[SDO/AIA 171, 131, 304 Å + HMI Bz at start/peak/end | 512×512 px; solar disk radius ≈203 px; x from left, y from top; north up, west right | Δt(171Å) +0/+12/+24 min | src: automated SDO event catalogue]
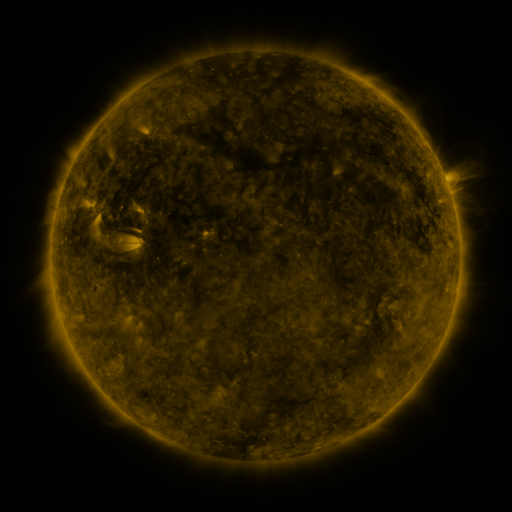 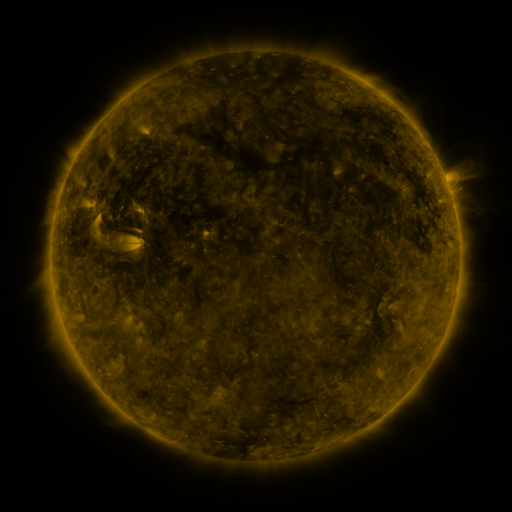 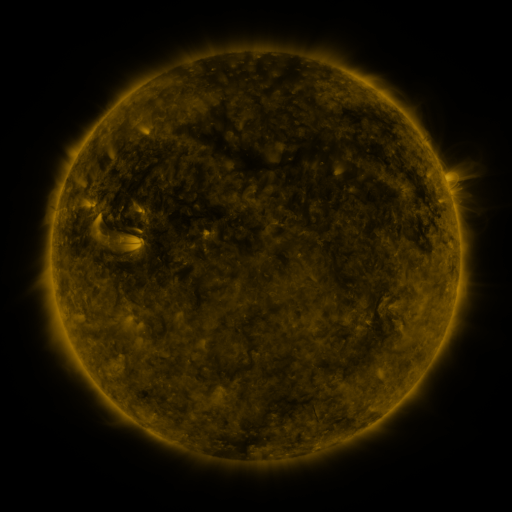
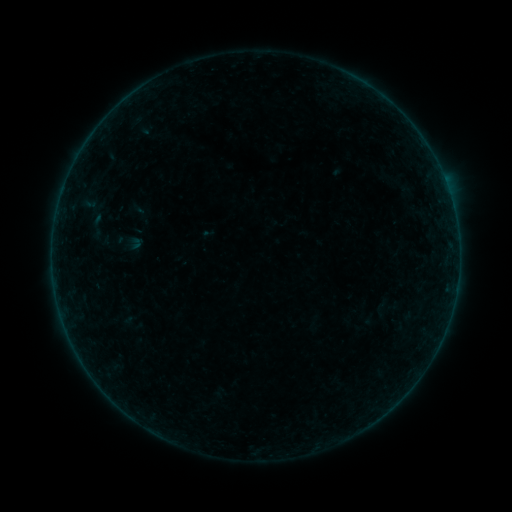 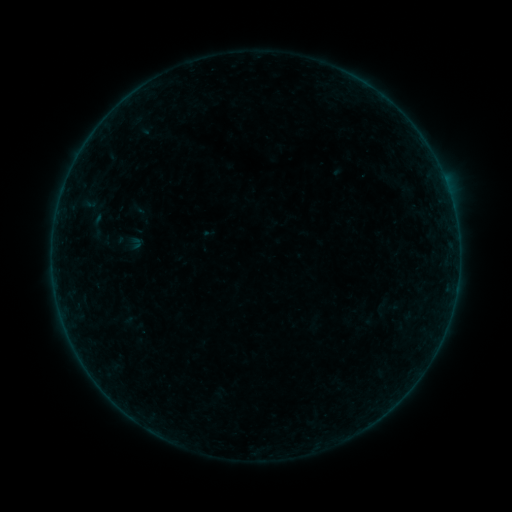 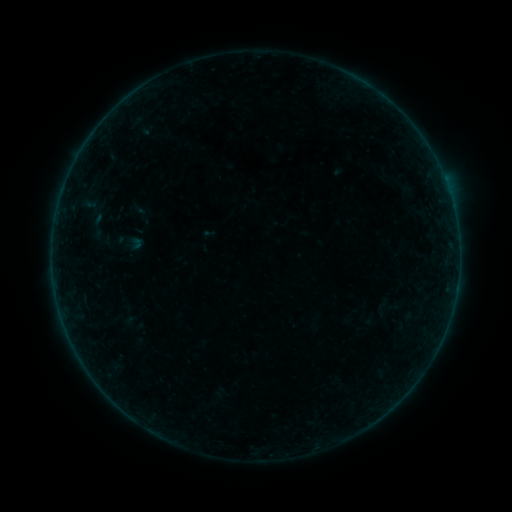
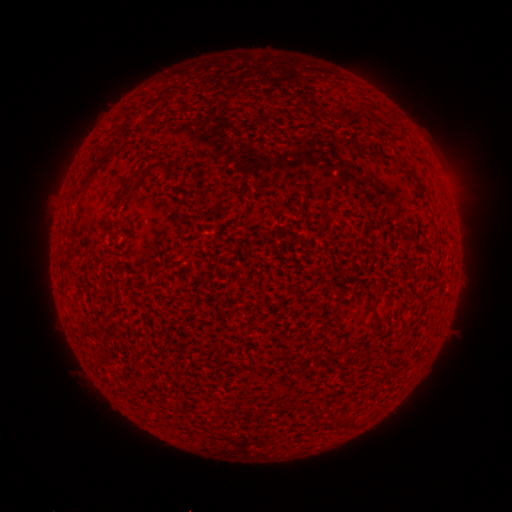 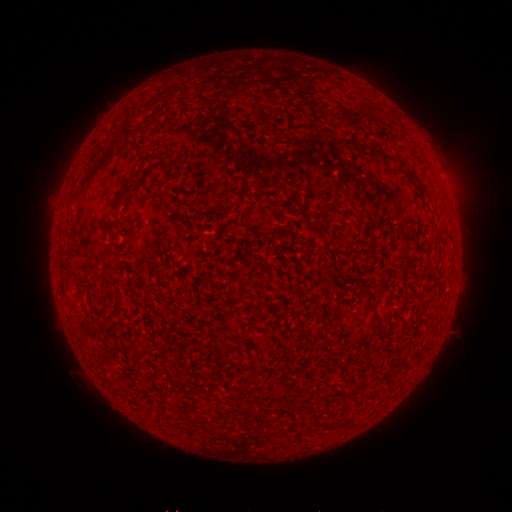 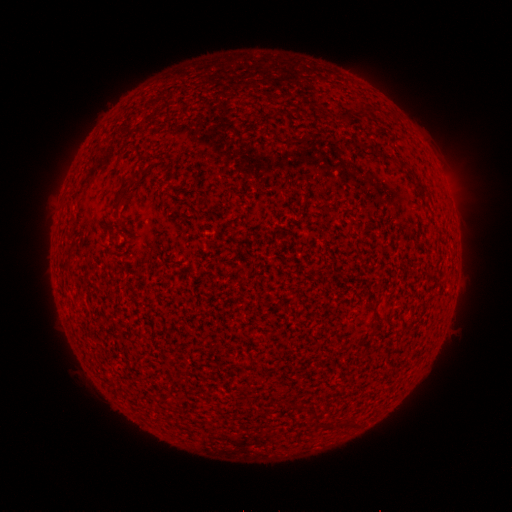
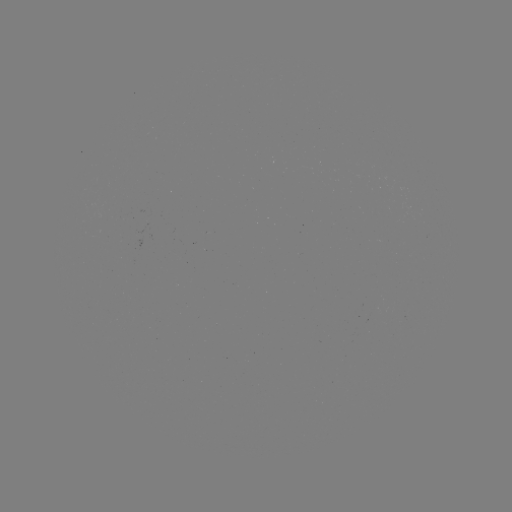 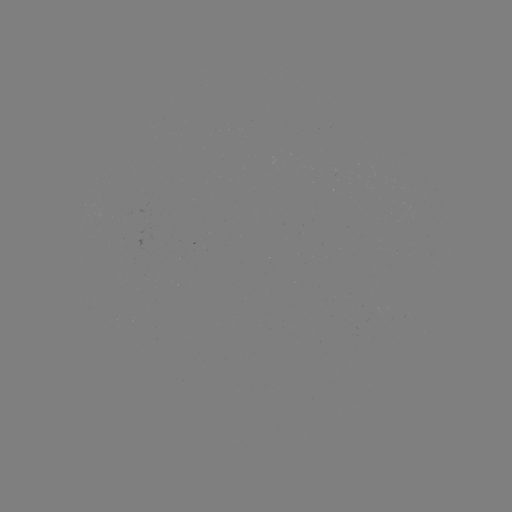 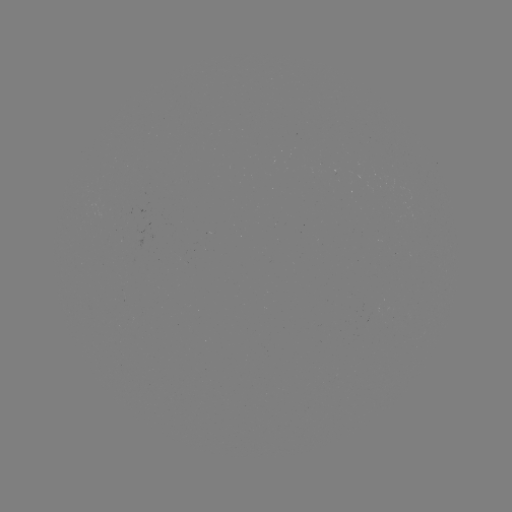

no flare in any classed list; no EUV-trigger detection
